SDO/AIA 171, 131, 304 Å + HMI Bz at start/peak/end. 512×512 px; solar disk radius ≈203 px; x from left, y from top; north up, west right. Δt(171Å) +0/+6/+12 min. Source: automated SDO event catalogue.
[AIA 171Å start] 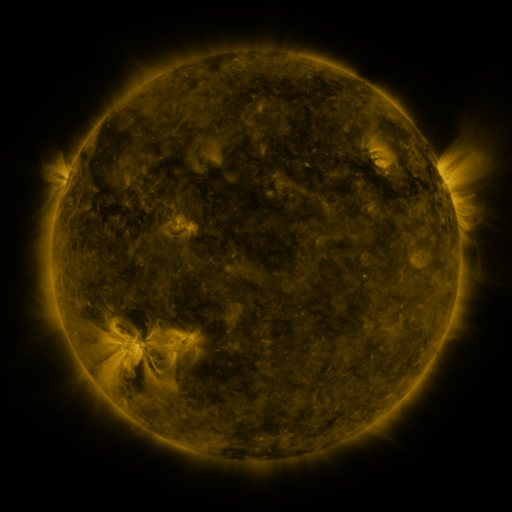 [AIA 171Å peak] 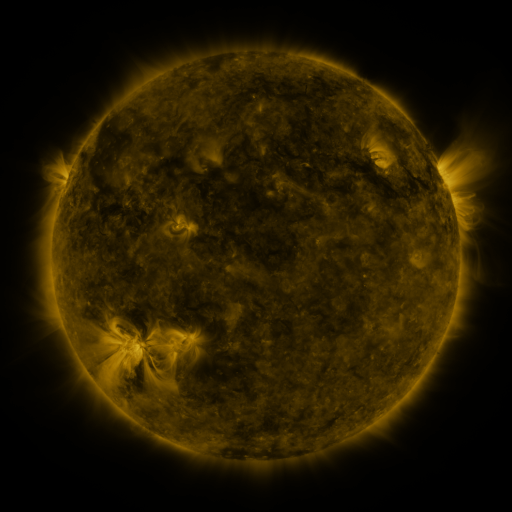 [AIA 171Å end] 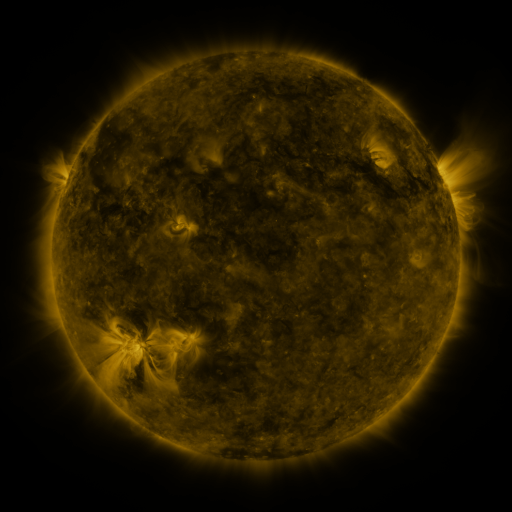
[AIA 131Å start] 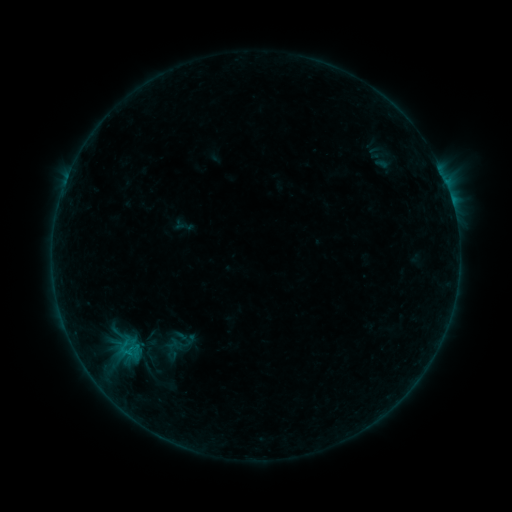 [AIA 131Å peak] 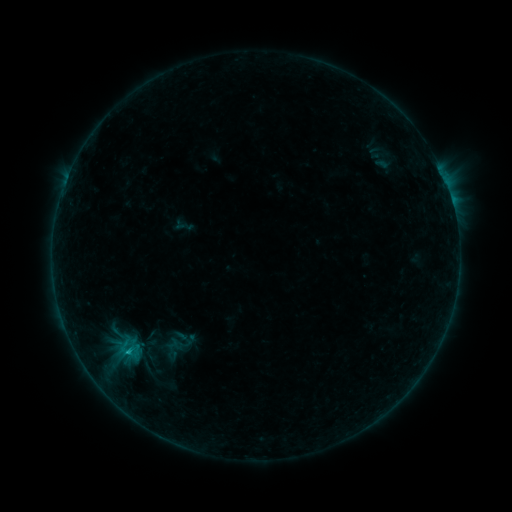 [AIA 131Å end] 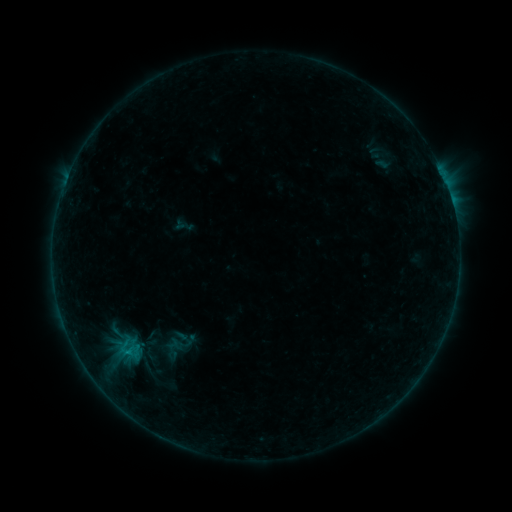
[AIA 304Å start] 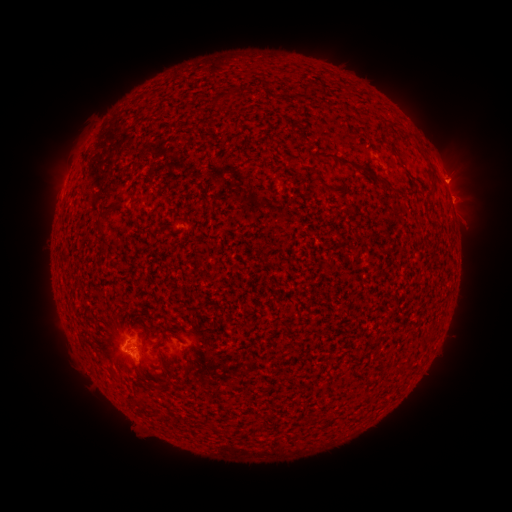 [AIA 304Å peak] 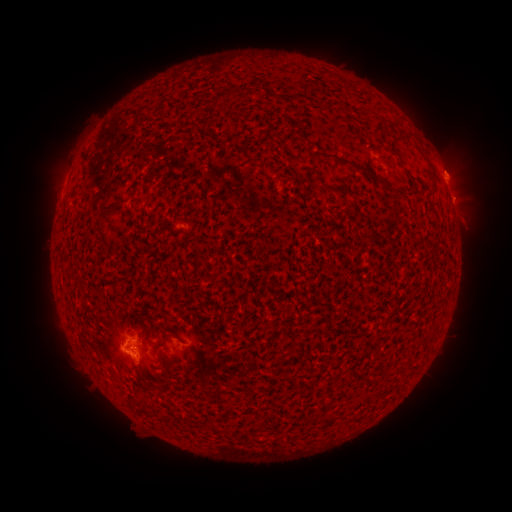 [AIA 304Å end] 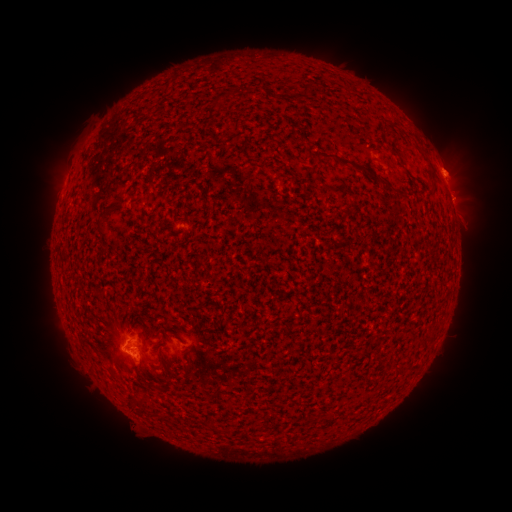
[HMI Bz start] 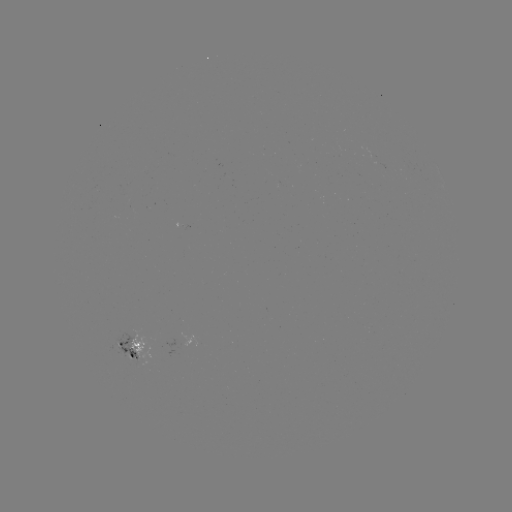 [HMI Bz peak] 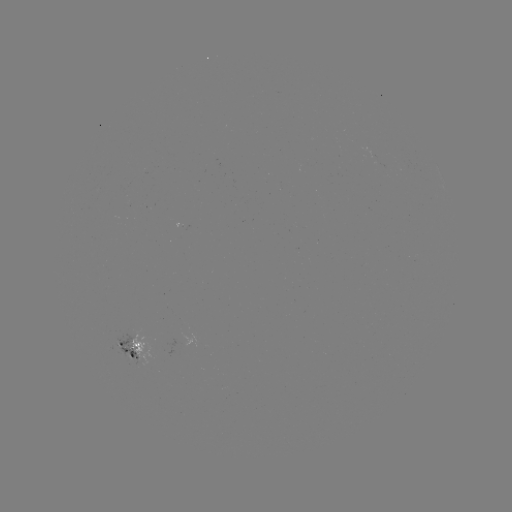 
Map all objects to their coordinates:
B5.7 flare: (186, 244)
